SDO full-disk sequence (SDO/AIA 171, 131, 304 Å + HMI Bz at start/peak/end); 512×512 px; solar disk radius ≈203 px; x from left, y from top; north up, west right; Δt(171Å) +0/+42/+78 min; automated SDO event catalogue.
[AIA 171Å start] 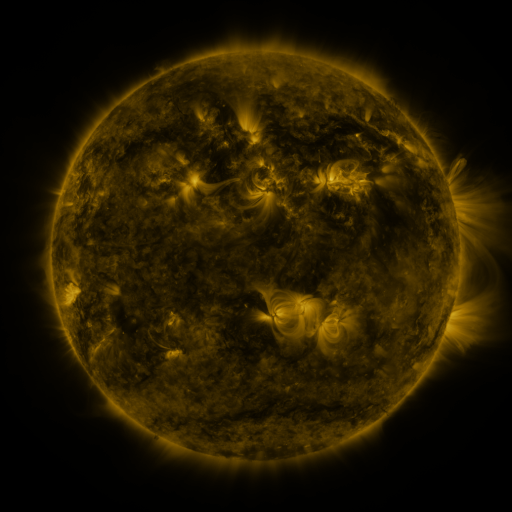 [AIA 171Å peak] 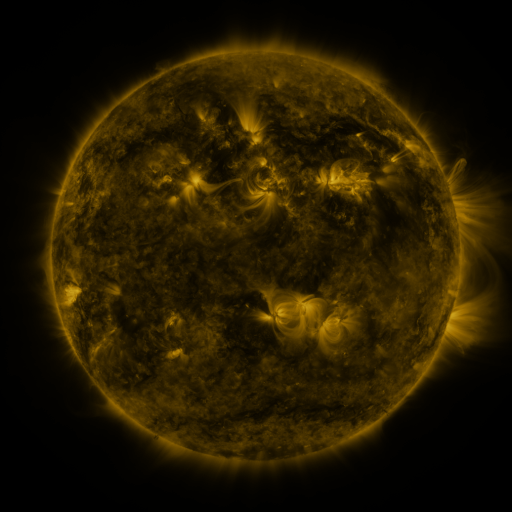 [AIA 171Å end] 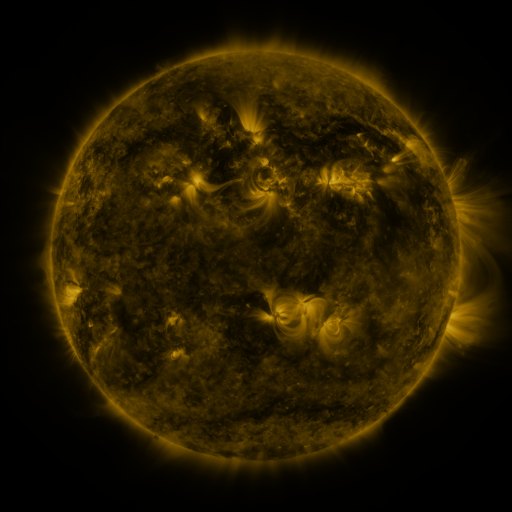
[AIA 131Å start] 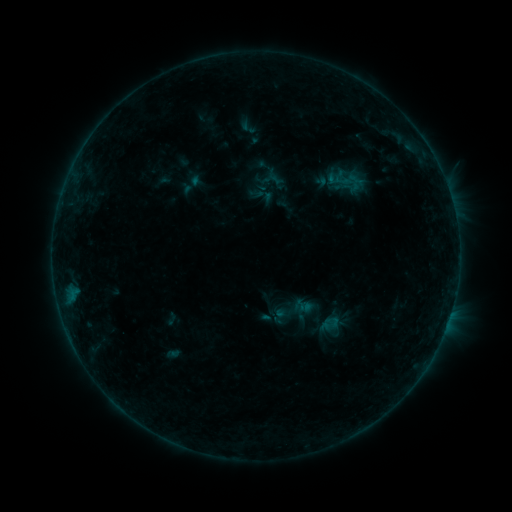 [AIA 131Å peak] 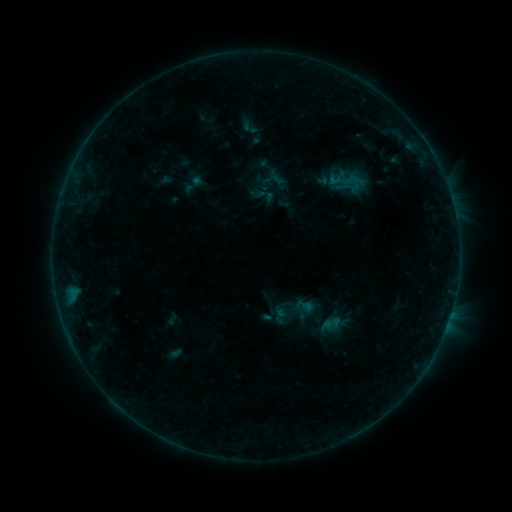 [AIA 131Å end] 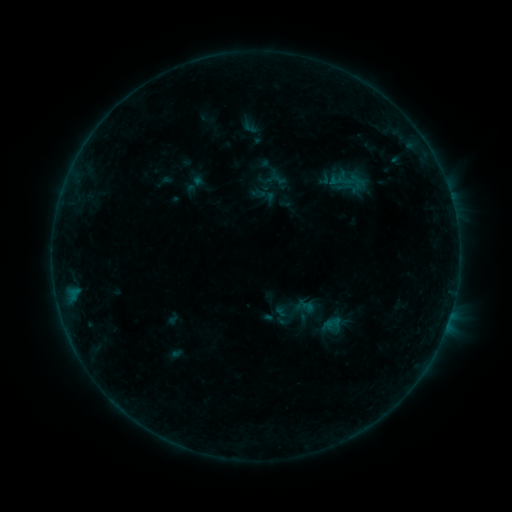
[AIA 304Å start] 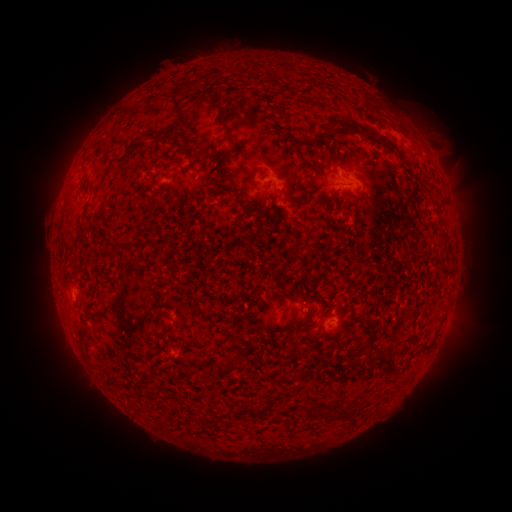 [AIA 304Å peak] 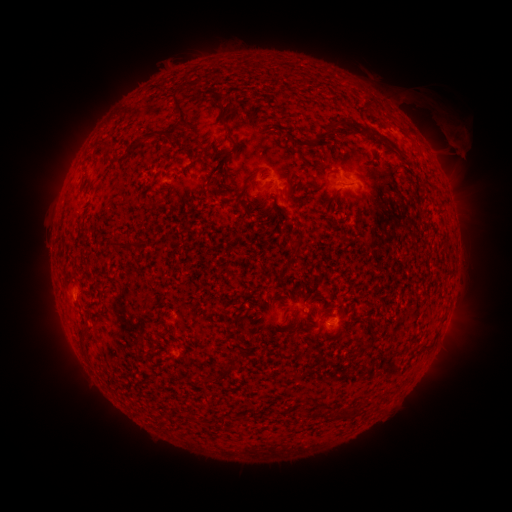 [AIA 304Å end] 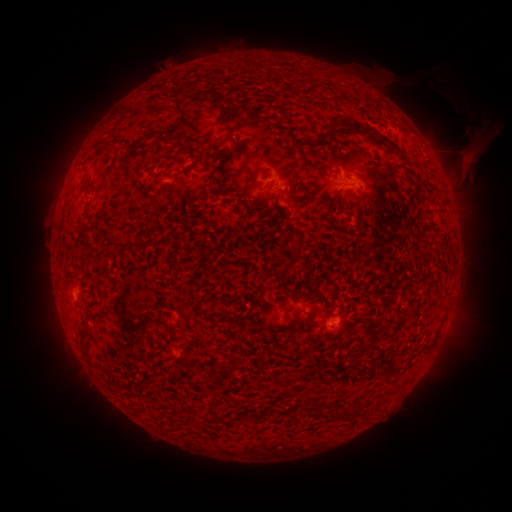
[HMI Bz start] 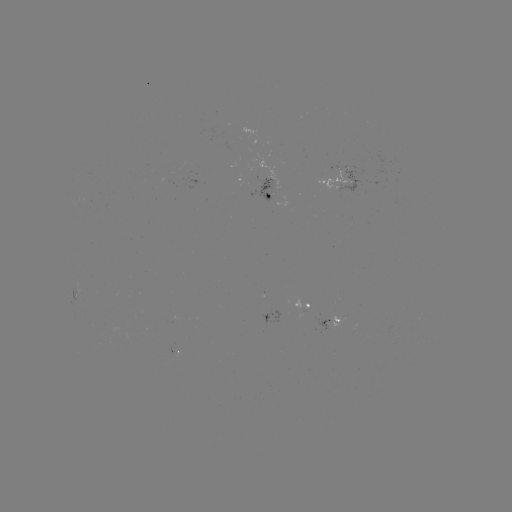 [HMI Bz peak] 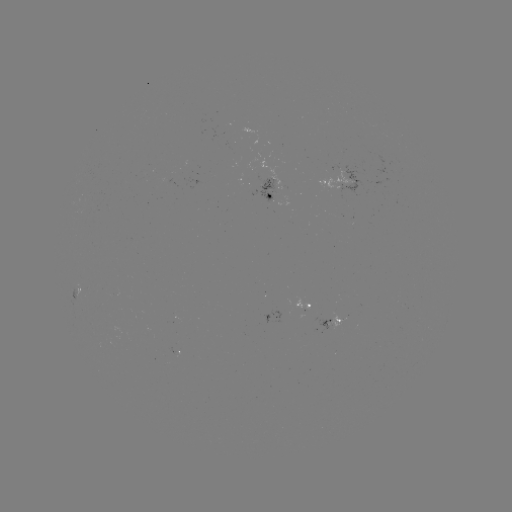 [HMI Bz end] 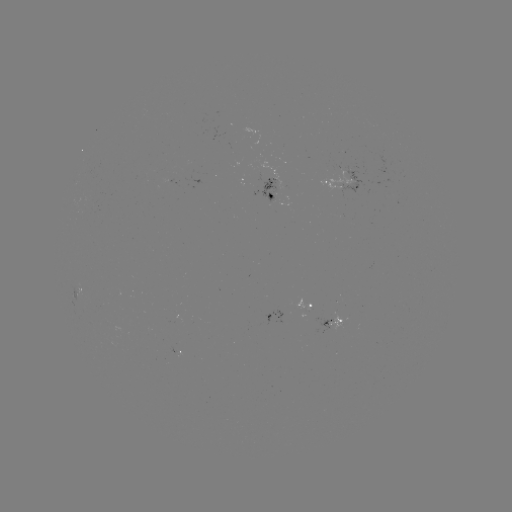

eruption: <bbox>399, 86, 493, 170</bbox>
